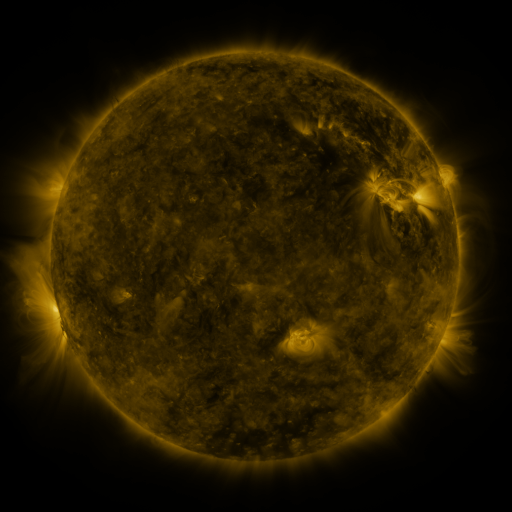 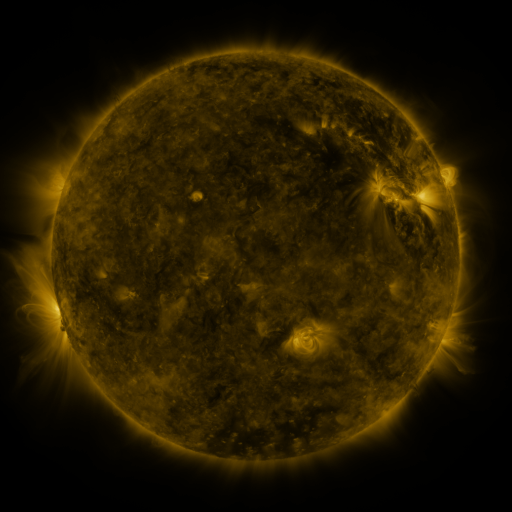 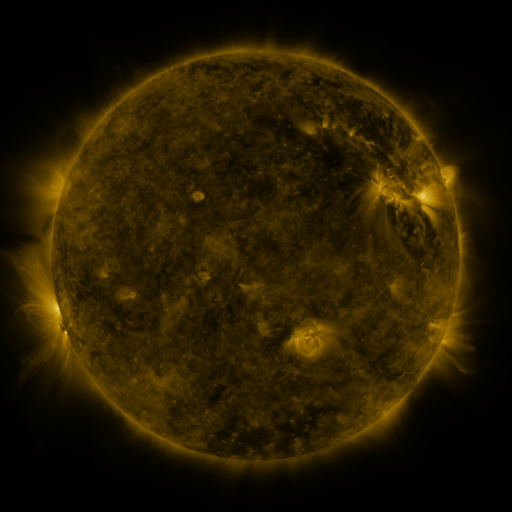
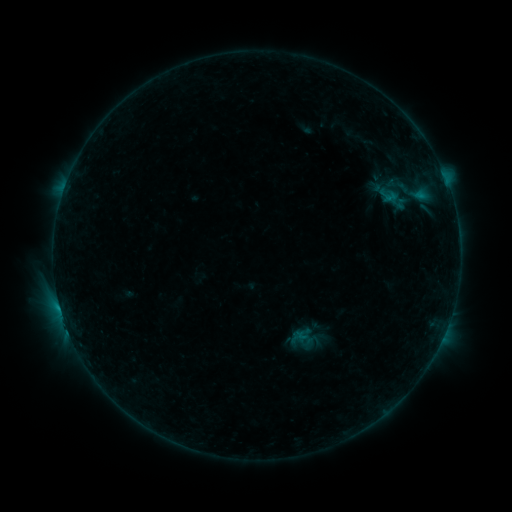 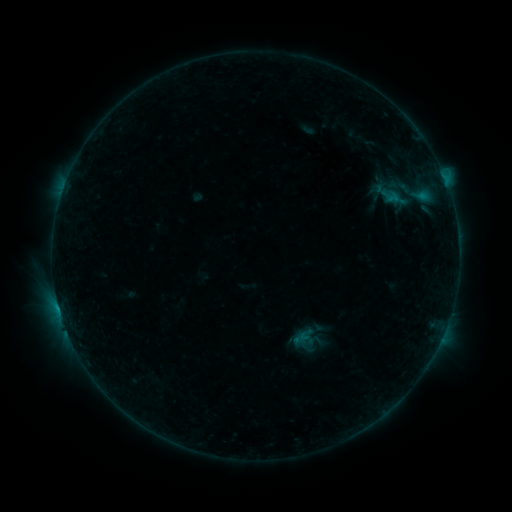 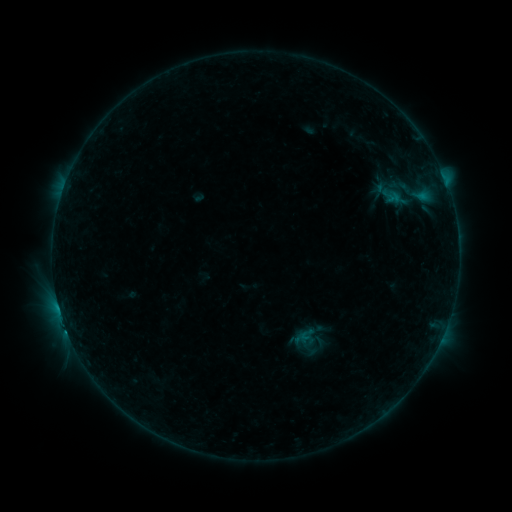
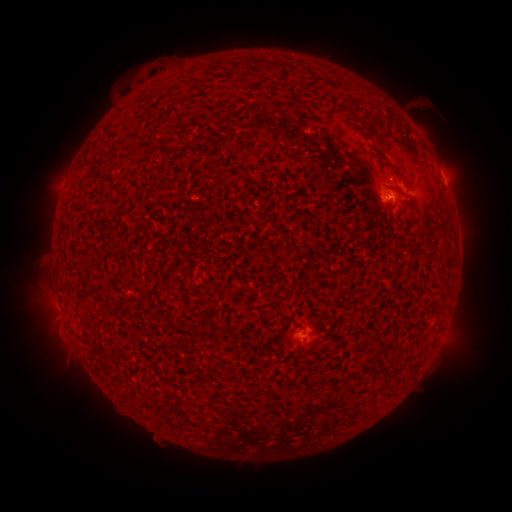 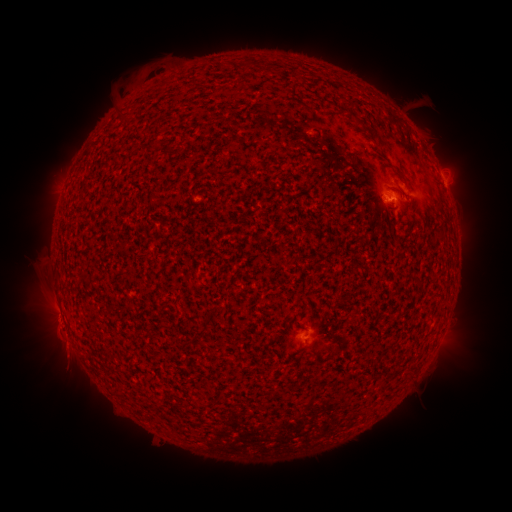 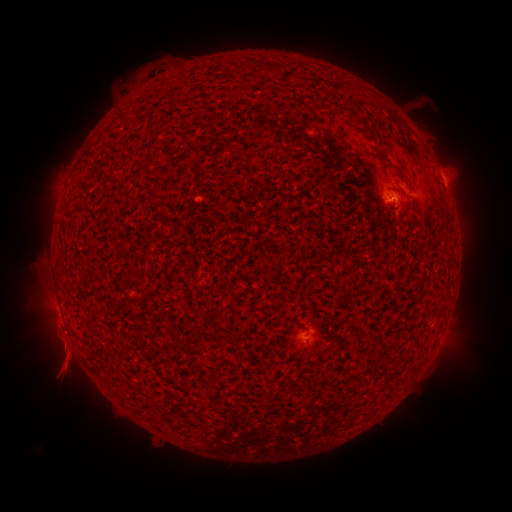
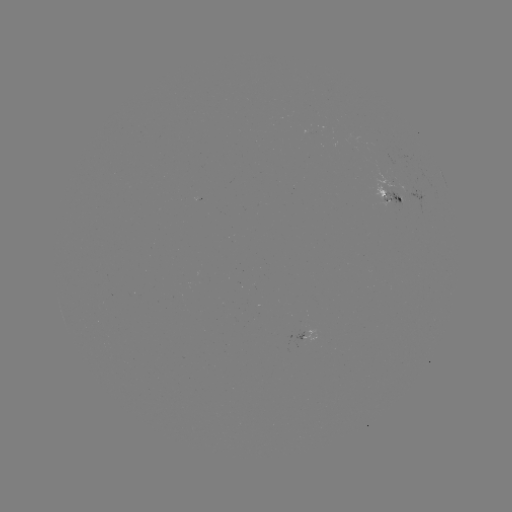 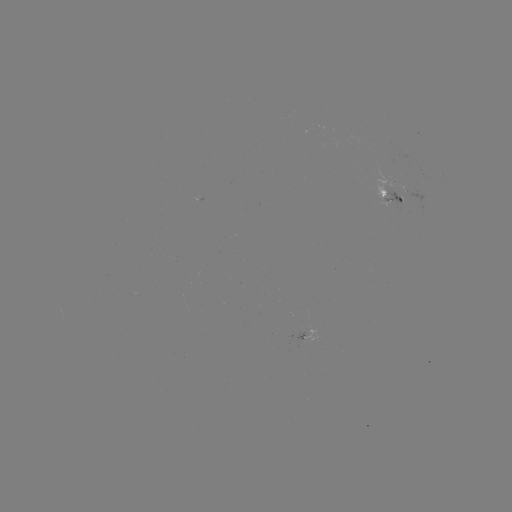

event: emerging-flux region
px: (403, 189)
